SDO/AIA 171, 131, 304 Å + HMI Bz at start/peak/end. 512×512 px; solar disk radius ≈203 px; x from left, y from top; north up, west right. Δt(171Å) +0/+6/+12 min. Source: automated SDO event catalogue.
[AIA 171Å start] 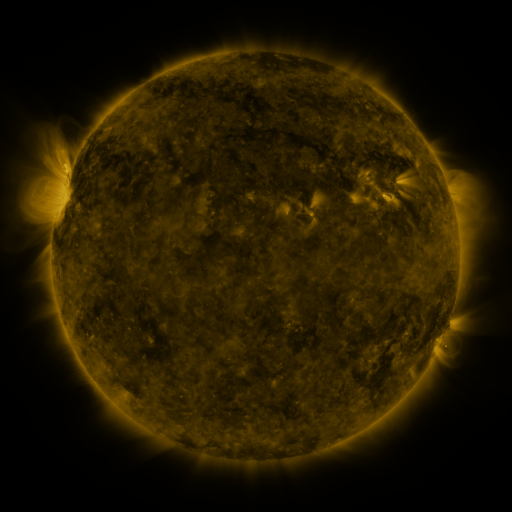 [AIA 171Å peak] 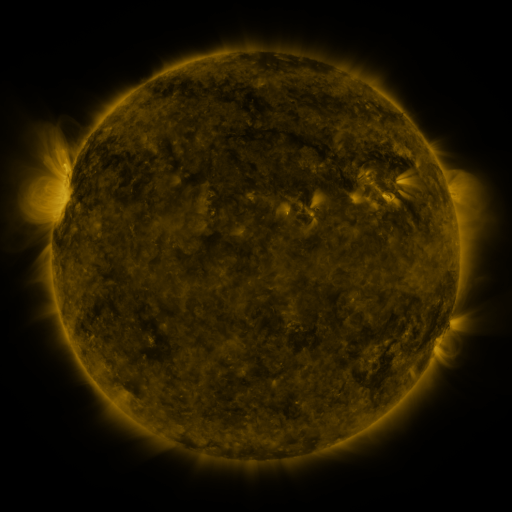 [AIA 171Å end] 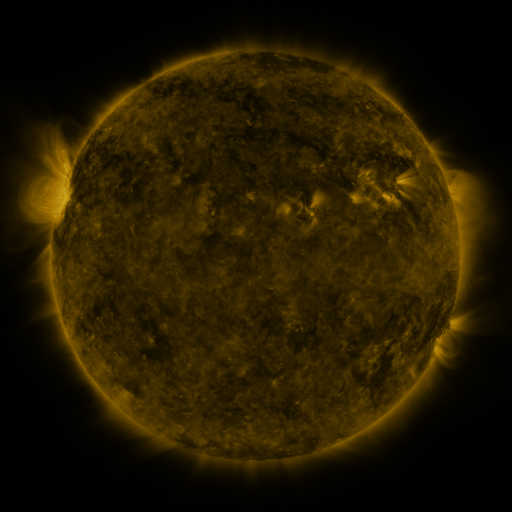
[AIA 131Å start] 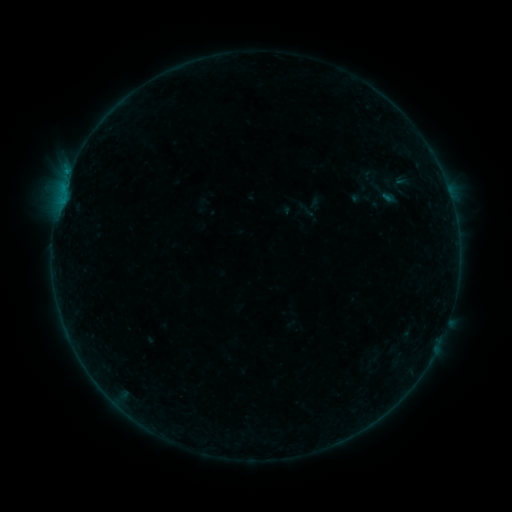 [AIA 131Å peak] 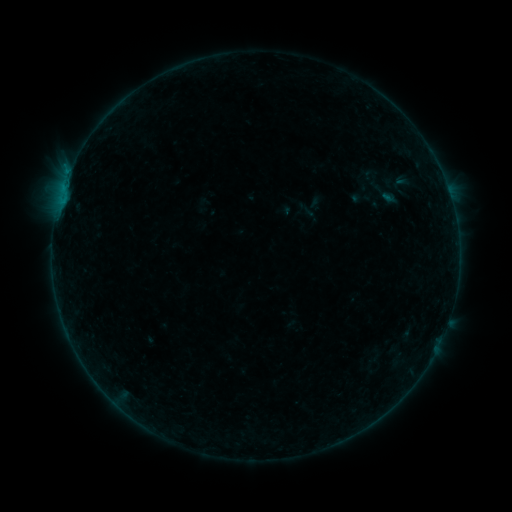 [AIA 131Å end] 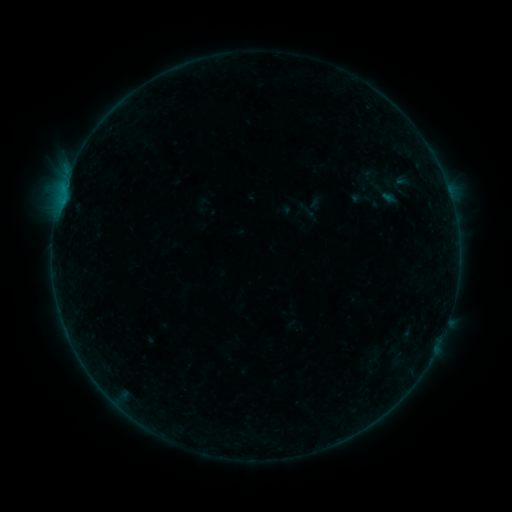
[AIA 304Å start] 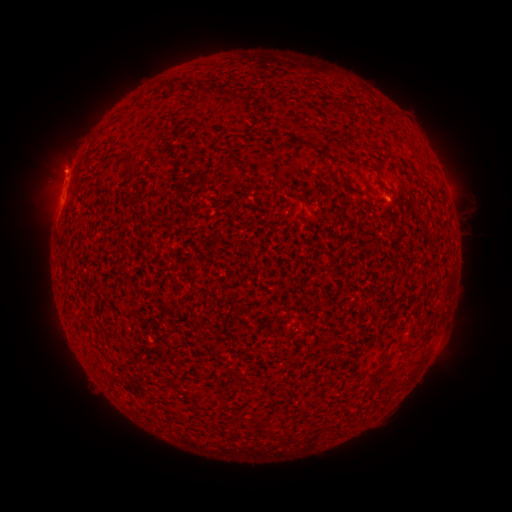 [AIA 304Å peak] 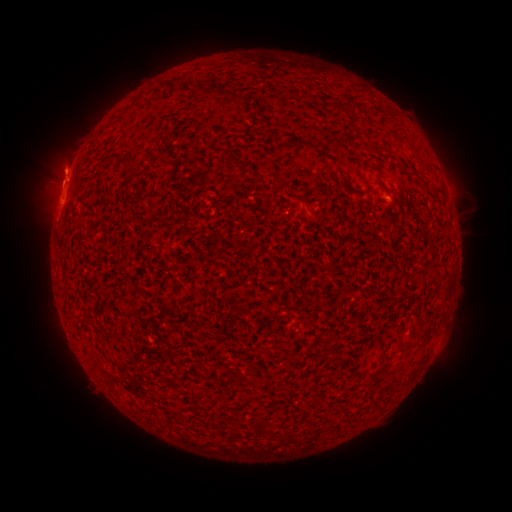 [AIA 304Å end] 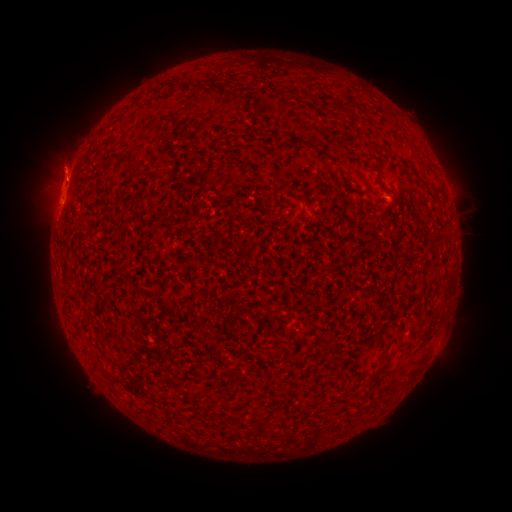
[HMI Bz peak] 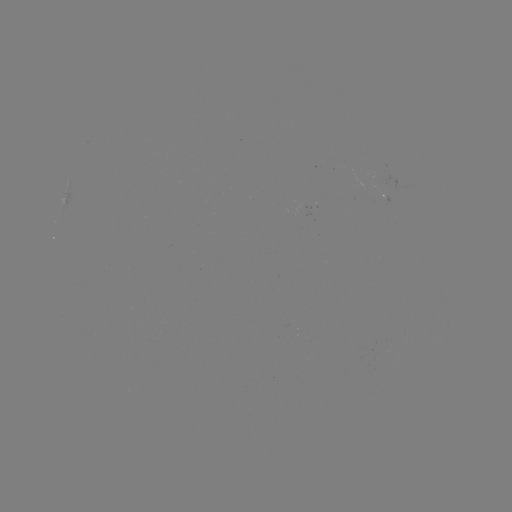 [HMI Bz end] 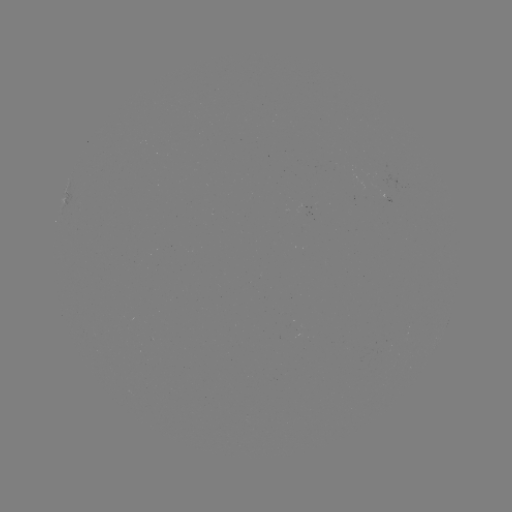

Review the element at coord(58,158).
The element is eruption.